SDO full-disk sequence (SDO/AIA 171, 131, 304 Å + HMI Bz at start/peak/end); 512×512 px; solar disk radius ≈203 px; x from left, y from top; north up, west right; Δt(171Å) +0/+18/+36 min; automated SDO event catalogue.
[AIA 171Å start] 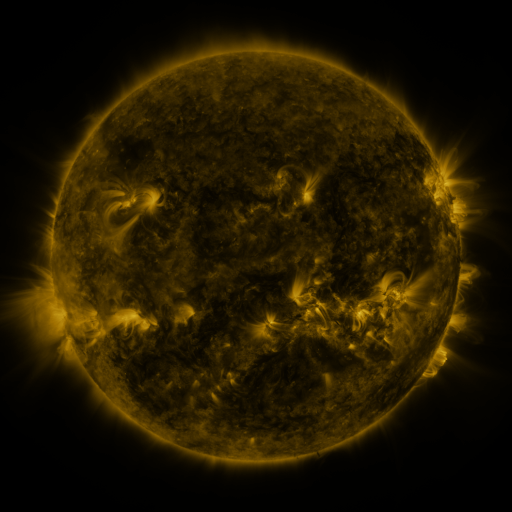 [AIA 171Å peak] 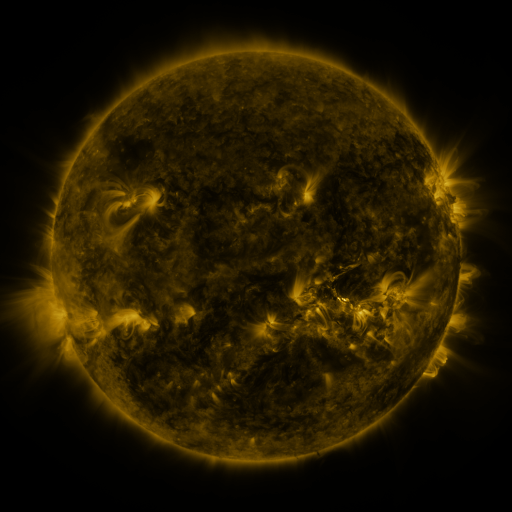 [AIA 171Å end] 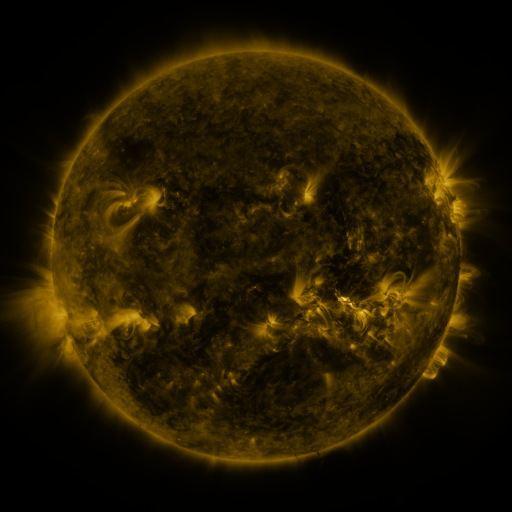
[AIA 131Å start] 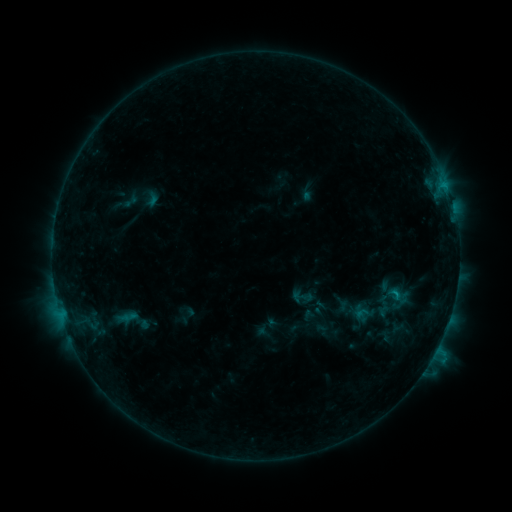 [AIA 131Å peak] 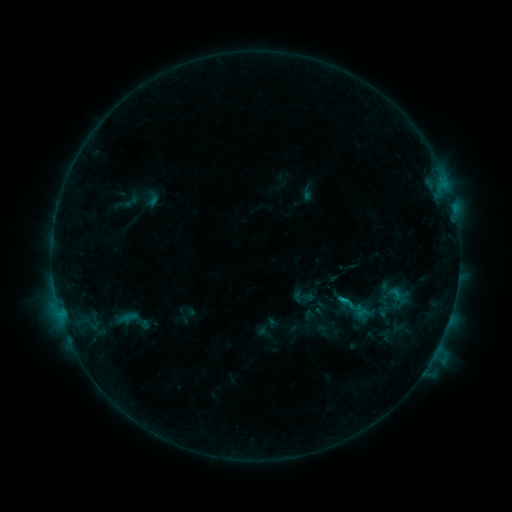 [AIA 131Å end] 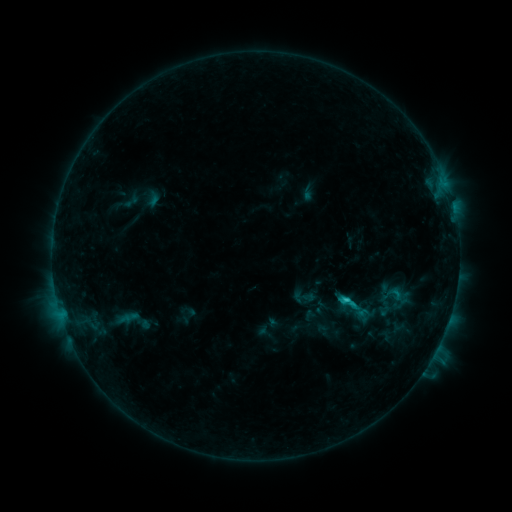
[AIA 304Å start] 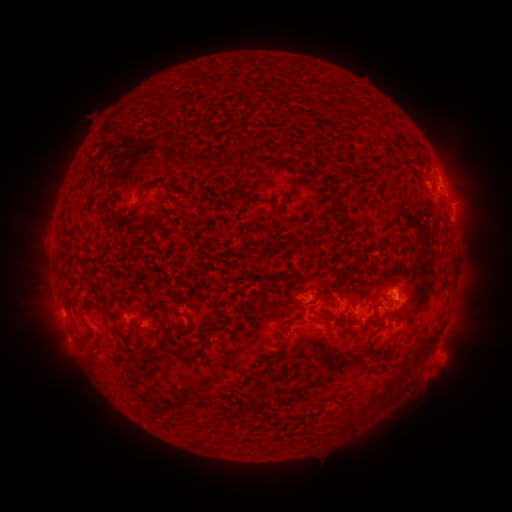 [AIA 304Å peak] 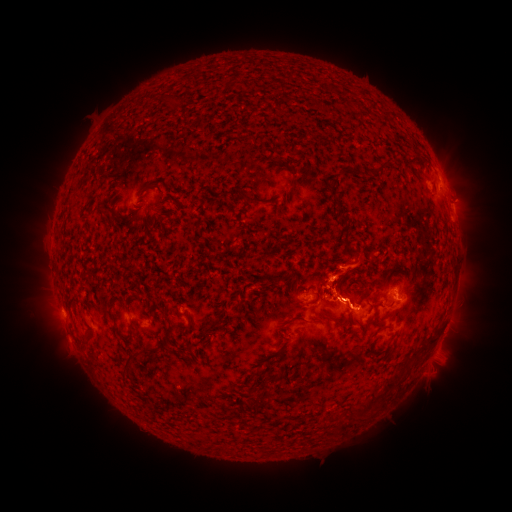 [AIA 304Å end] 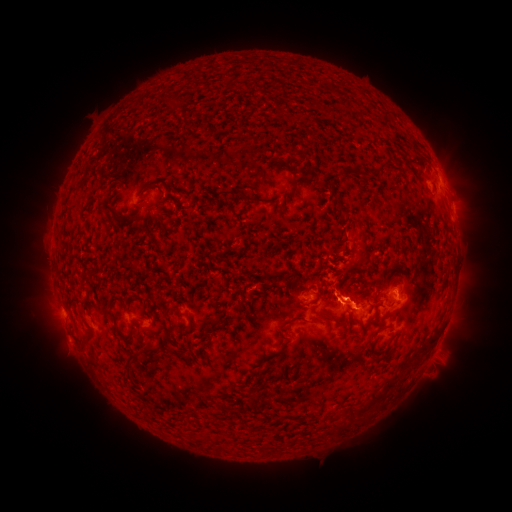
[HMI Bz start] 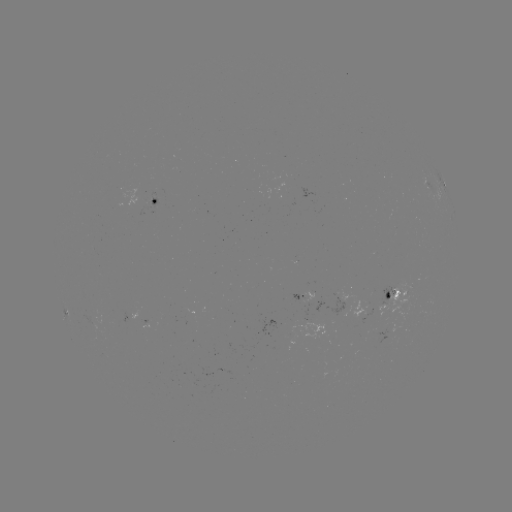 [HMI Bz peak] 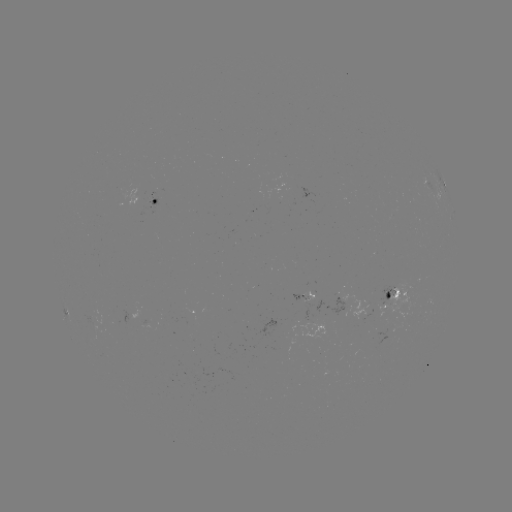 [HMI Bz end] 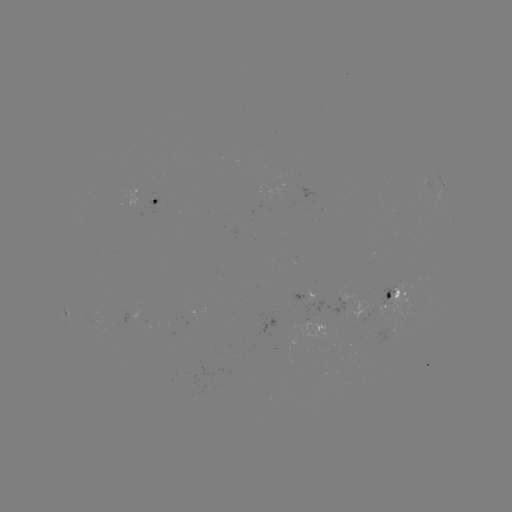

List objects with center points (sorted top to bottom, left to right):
eruption: (354, 273)
